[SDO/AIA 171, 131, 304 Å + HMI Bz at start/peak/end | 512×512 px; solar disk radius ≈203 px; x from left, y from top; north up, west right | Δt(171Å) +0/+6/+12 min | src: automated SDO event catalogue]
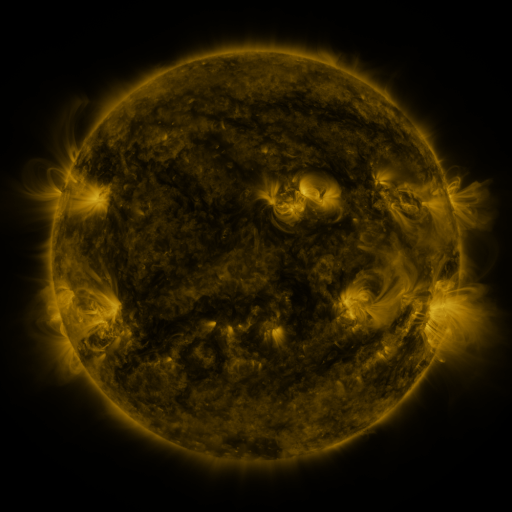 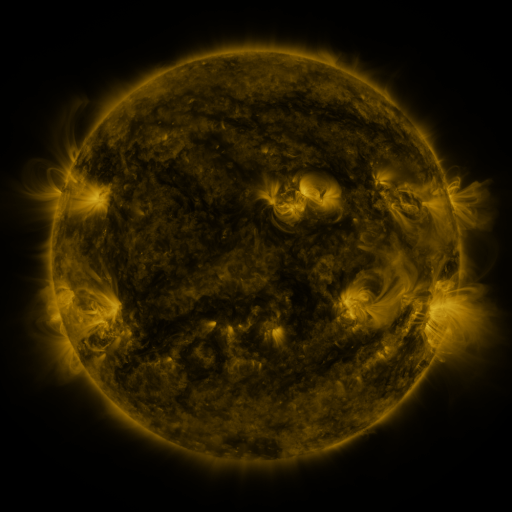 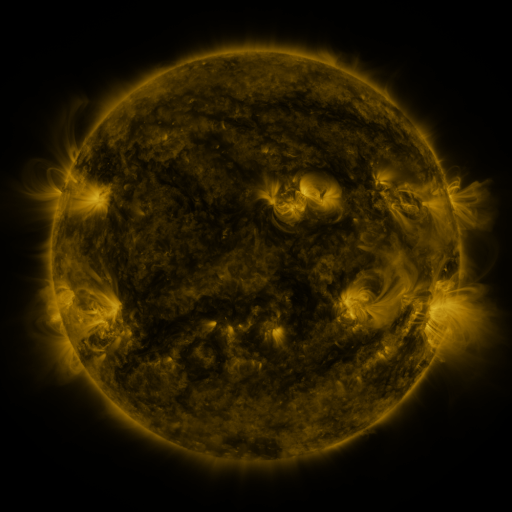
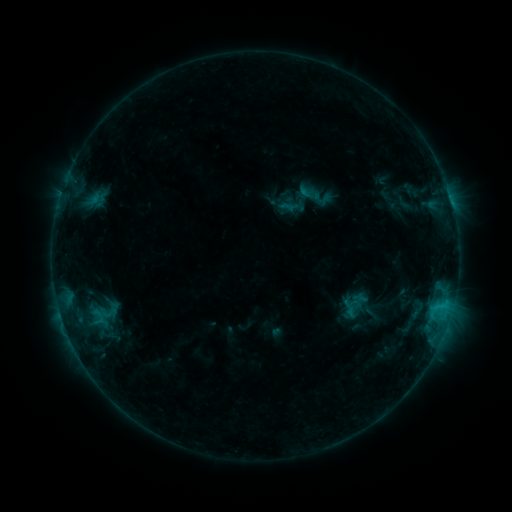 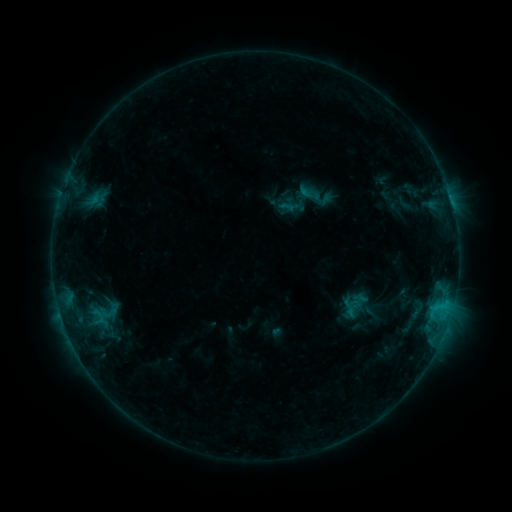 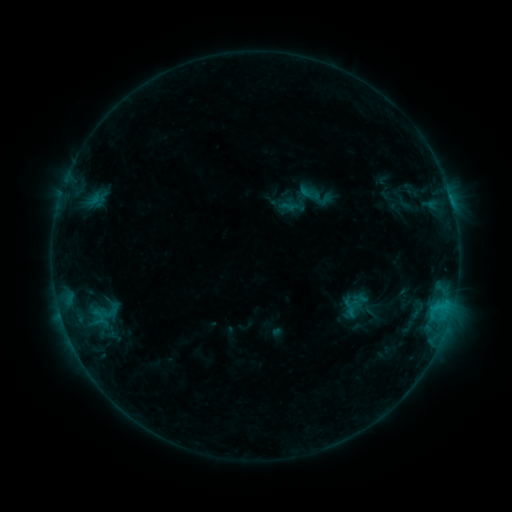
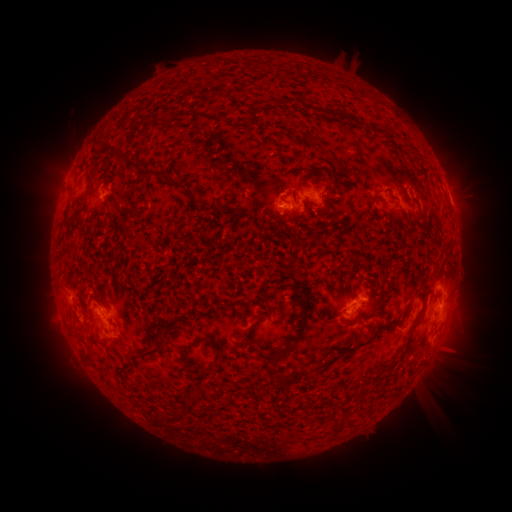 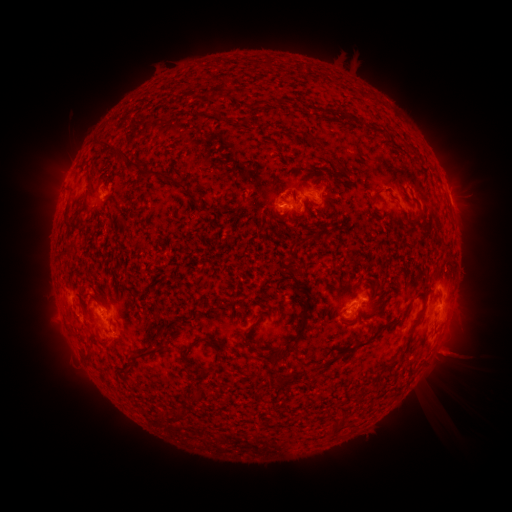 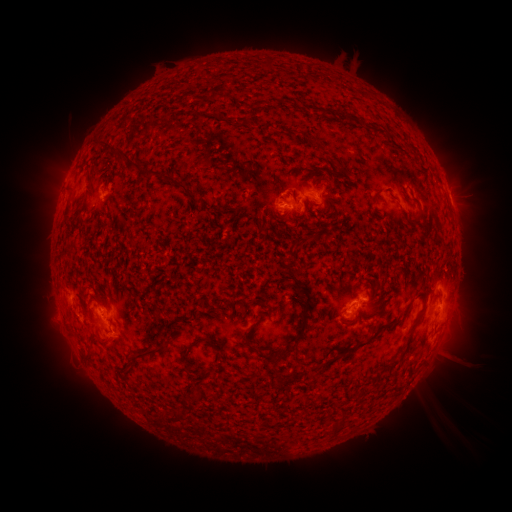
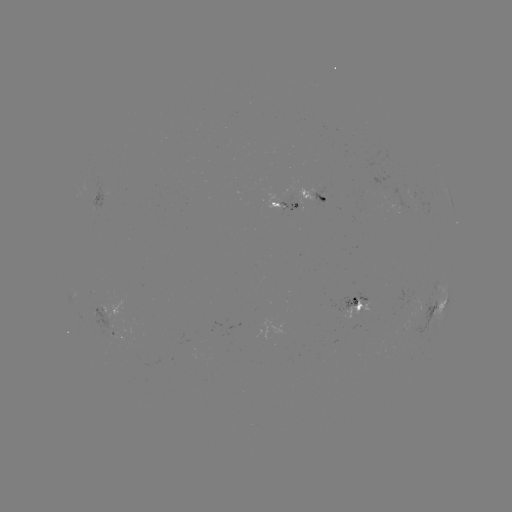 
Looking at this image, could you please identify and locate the eruption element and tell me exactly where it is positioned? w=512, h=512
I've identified eruption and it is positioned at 454,355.